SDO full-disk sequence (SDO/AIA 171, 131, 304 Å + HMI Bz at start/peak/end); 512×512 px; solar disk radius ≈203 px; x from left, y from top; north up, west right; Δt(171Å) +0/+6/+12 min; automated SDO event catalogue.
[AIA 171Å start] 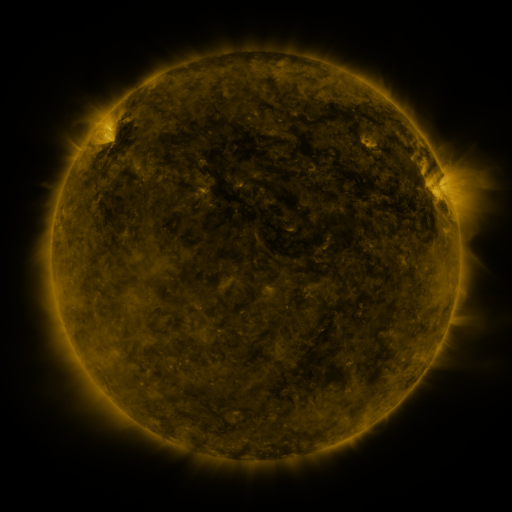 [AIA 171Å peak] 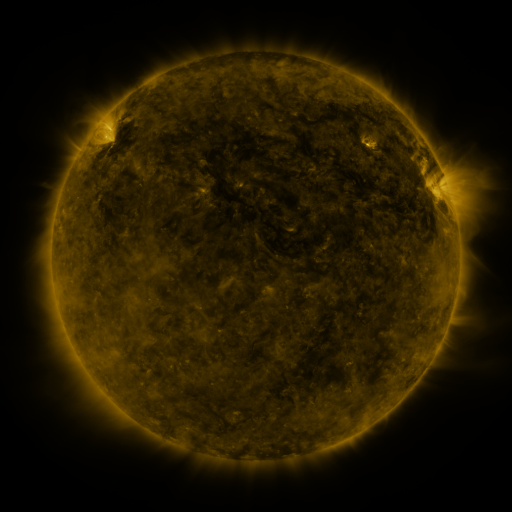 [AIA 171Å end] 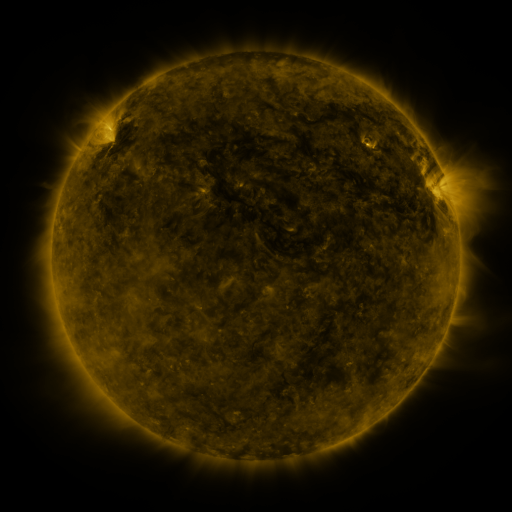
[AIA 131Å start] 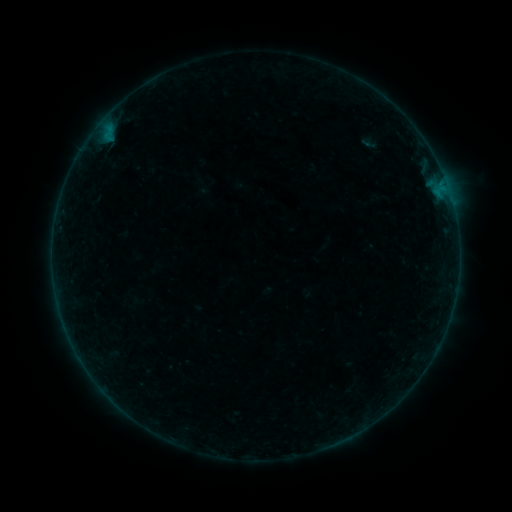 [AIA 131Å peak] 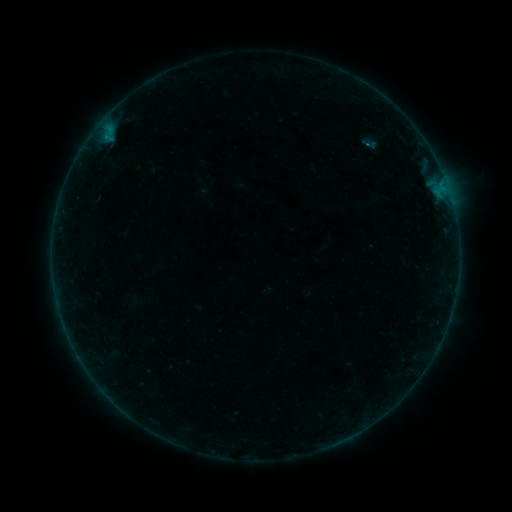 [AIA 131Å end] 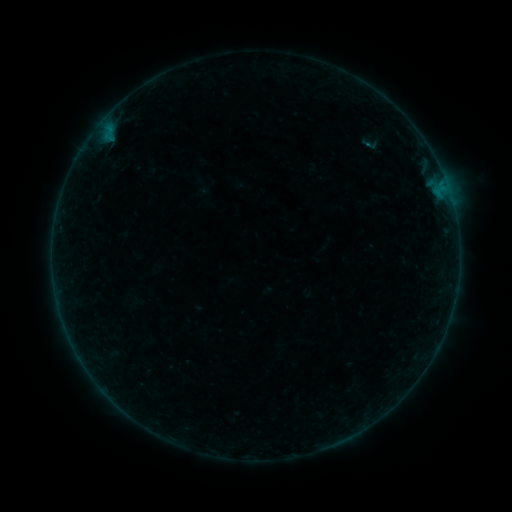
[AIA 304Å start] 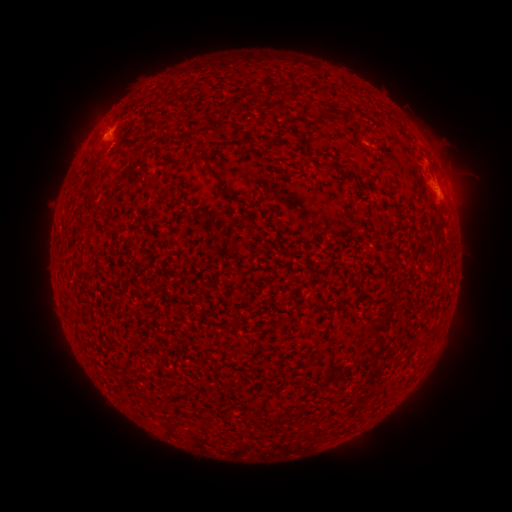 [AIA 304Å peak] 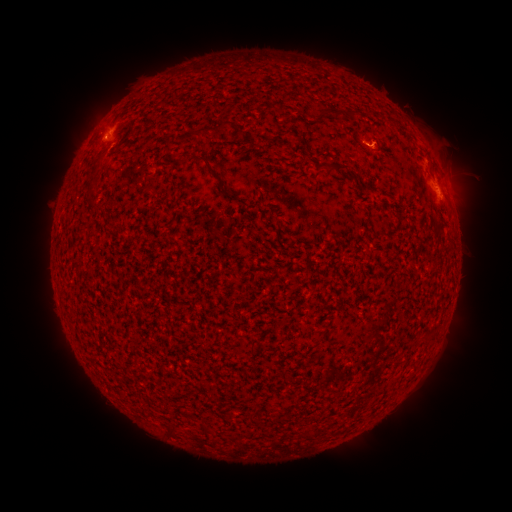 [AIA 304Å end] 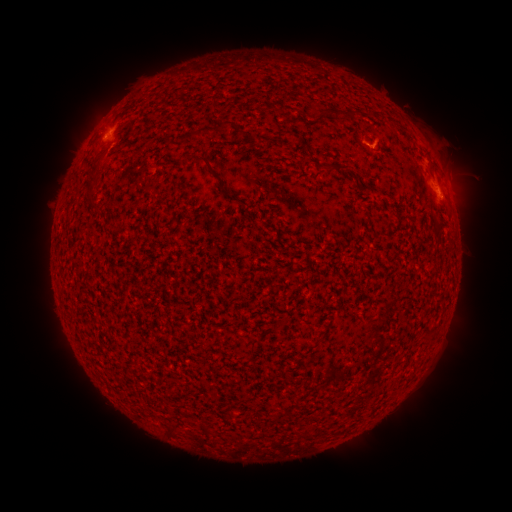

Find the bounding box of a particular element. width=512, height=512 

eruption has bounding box [350, 114, 406, 171].